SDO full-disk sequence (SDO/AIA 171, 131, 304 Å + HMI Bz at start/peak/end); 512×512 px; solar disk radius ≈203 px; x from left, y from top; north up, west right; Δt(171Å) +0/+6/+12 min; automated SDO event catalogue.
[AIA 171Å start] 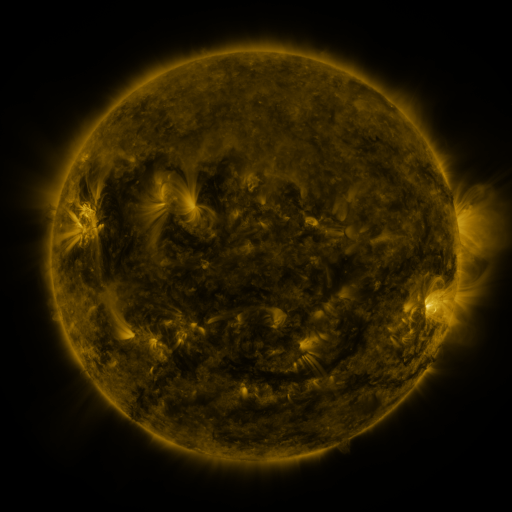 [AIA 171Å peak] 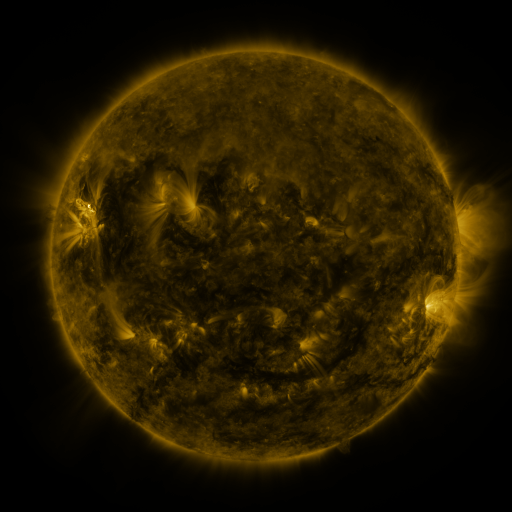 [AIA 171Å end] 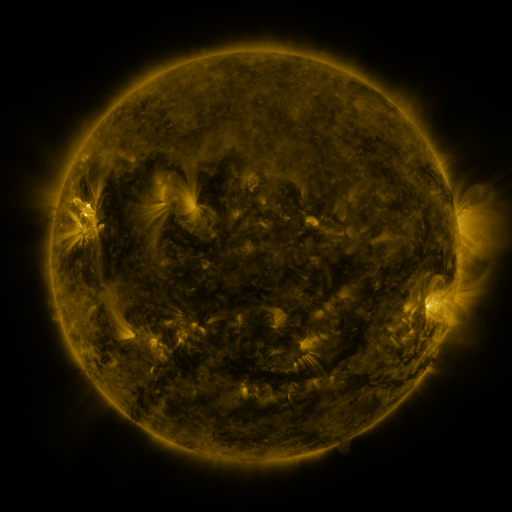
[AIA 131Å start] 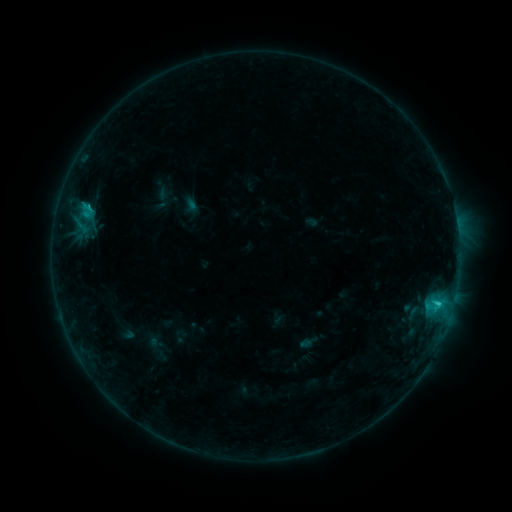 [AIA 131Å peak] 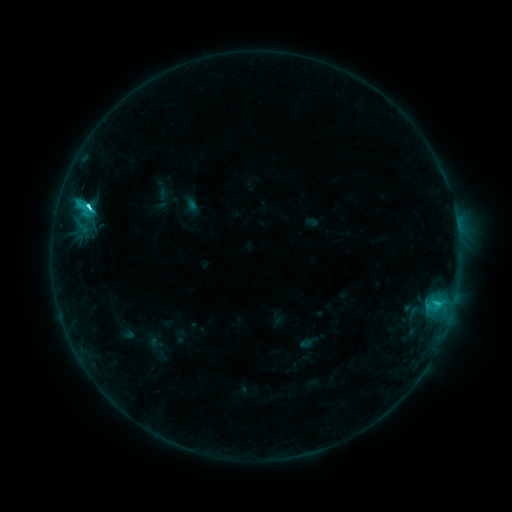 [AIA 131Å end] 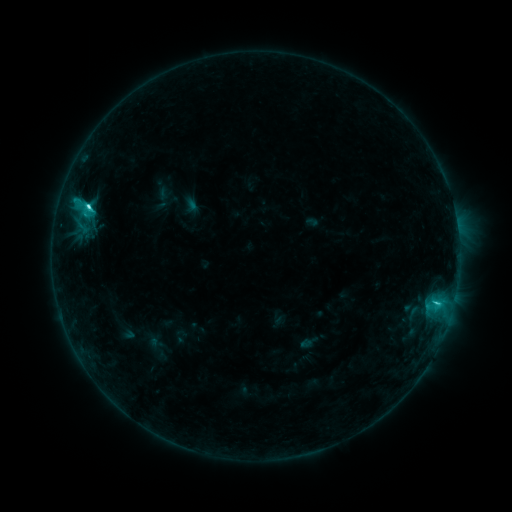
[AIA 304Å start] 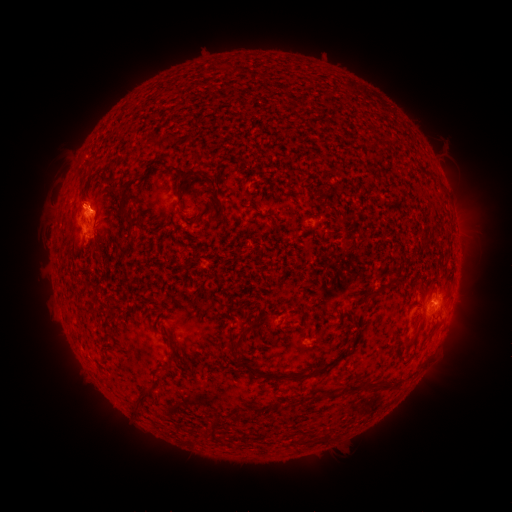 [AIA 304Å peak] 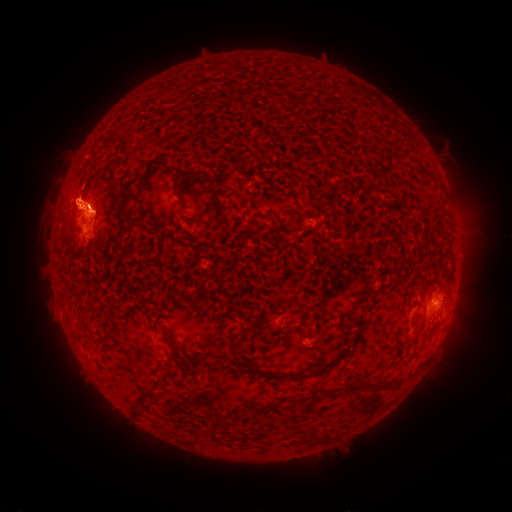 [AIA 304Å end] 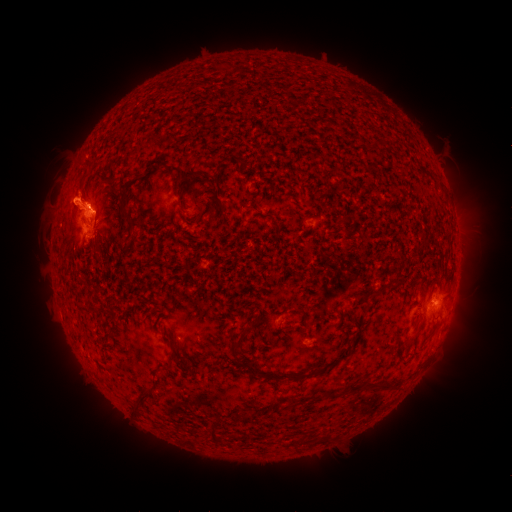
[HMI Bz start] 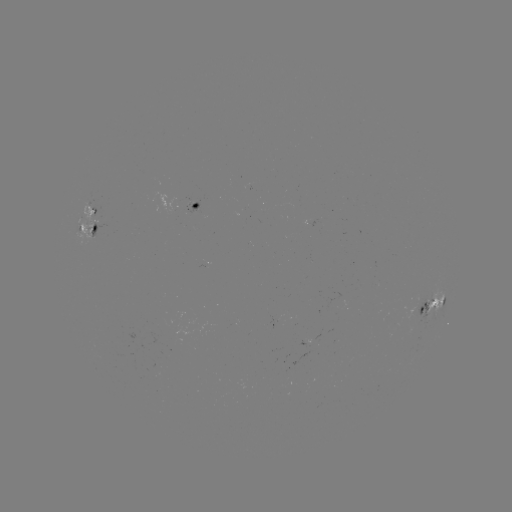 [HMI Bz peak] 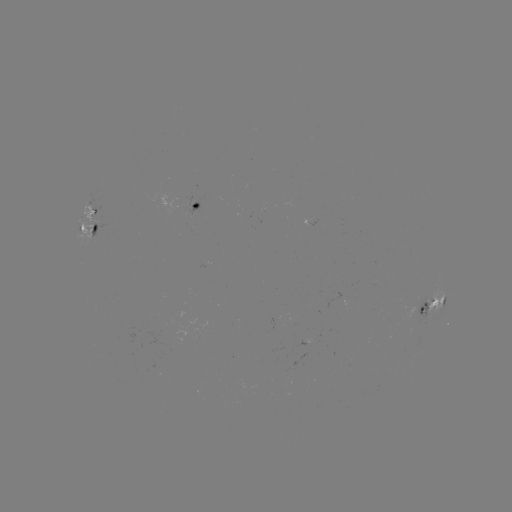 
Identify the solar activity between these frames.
C4.6 flare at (88, 208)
